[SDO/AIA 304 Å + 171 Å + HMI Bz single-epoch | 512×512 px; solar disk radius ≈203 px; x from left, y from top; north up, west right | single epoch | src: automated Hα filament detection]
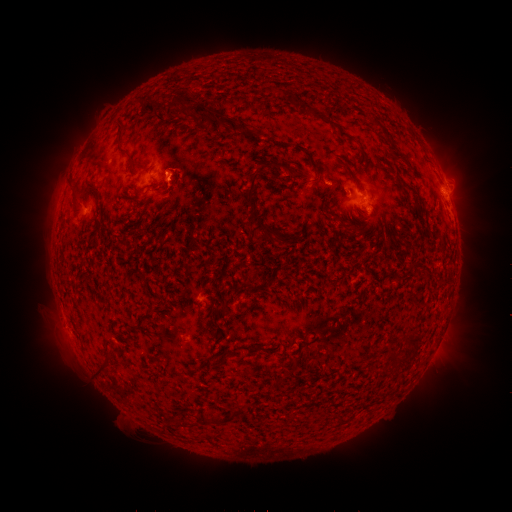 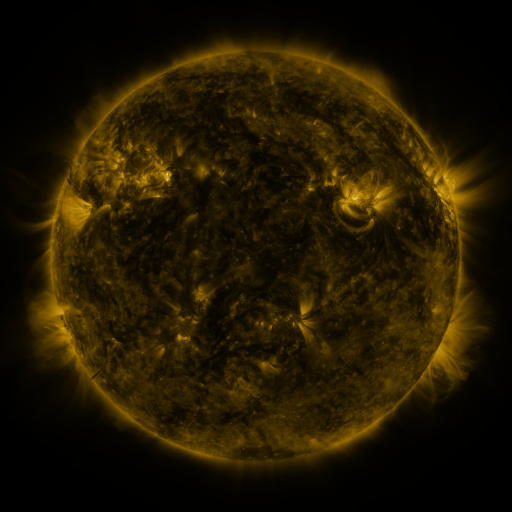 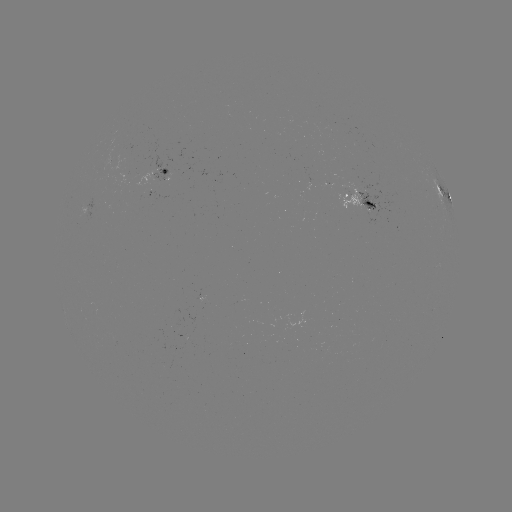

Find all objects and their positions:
filament: (167, 94, 197, 116)
filament: (145, 99, 161, 113)
filament: (195, 103, 228, 131)
filament: (225, 117, 241, 136)
filament: (327, 119, 350, 138)
filament: (117, 121, 124, 139)
filament: (295, 144, 306, 152)
filament: (341, 162, 357, 182)
filament: (245, 164, 267, 216)
filament: (312, 168, 322, 183)
filament: (365, 201, 375, 209)
filament: (262, 225, 275, 241)
filament: (224, 310, 236, 320)
filament: (402, 334, 414, 345)
filament: (246, 346, 257, 355)
filament: (94, 363, 103, 374)
